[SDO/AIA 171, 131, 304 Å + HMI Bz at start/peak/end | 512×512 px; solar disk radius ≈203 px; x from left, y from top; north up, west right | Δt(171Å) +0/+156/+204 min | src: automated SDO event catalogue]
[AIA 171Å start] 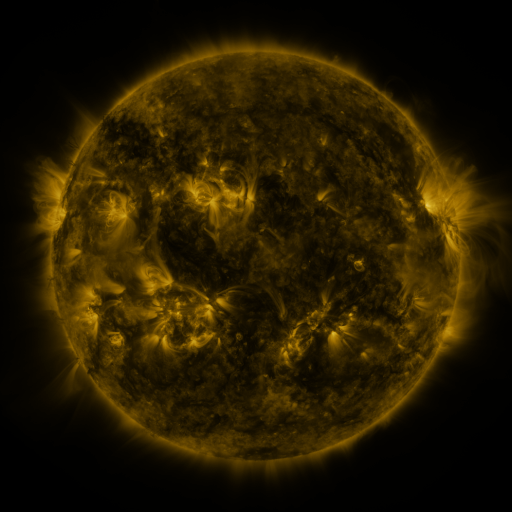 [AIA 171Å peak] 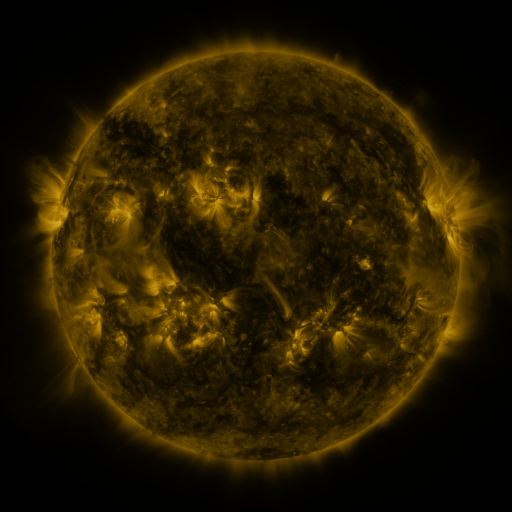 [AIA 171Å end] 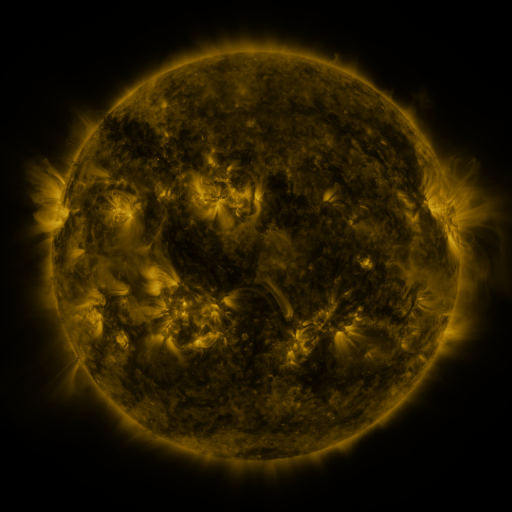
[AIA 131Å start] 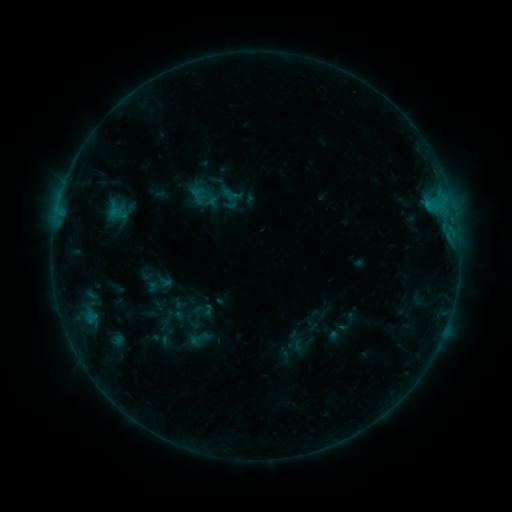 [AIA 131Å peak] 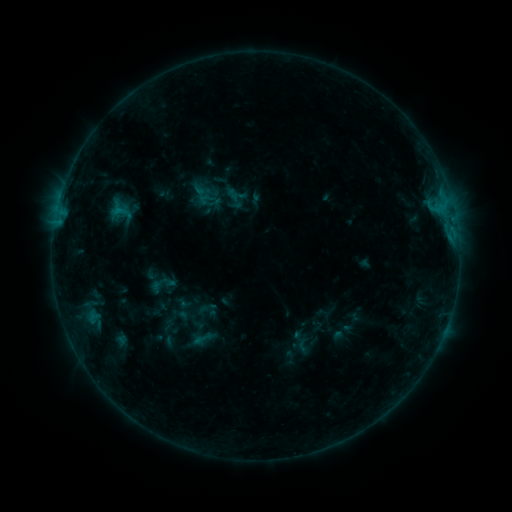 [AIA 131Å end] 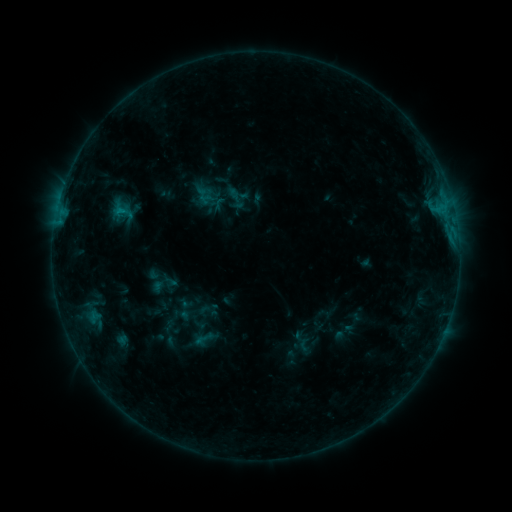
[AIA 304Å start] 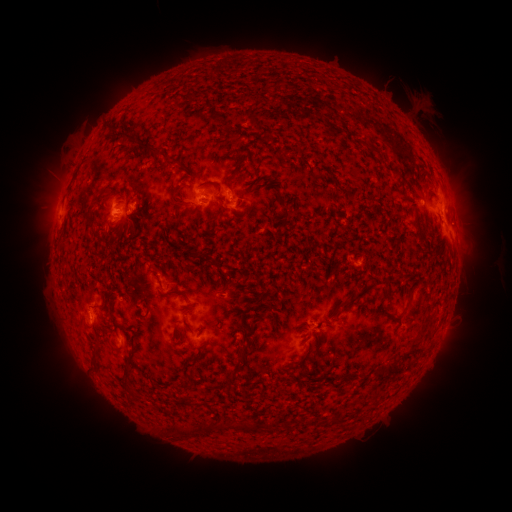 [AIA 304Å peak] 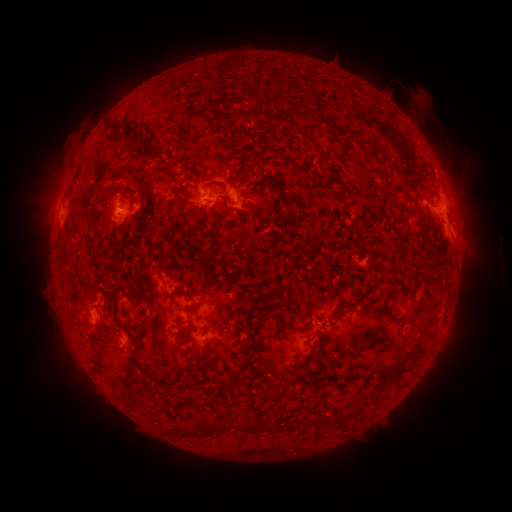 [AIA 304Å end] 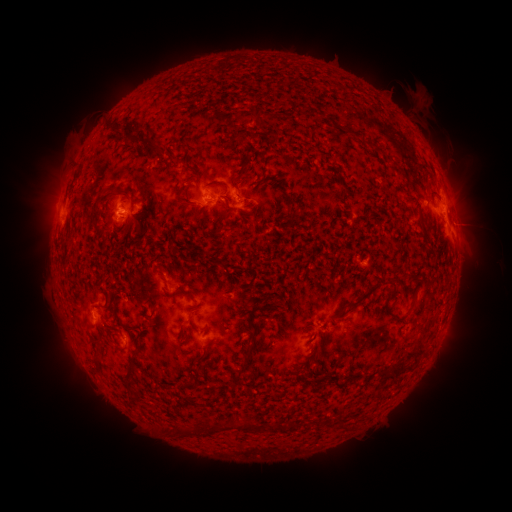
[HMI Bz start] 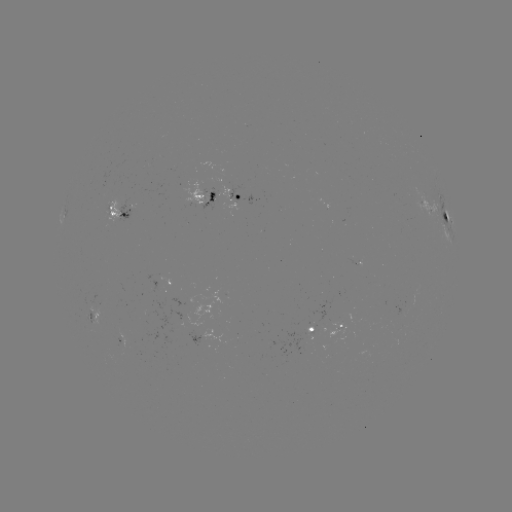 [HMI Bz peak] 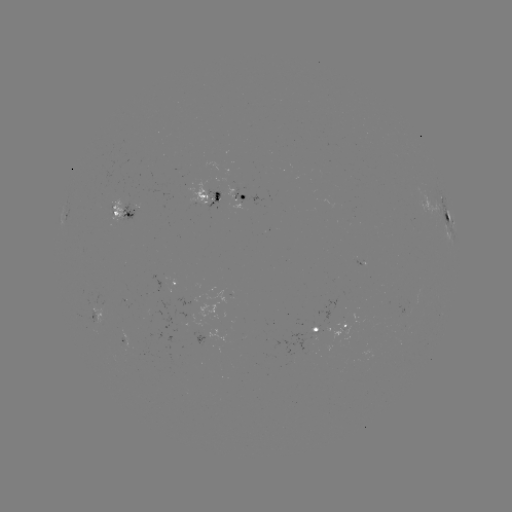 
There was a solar emerging-flux region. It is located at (213, 199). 